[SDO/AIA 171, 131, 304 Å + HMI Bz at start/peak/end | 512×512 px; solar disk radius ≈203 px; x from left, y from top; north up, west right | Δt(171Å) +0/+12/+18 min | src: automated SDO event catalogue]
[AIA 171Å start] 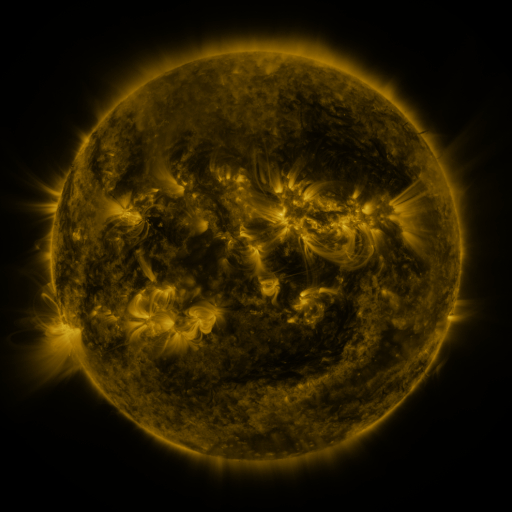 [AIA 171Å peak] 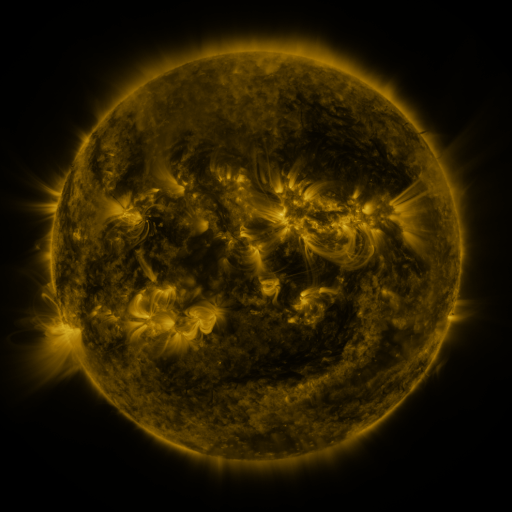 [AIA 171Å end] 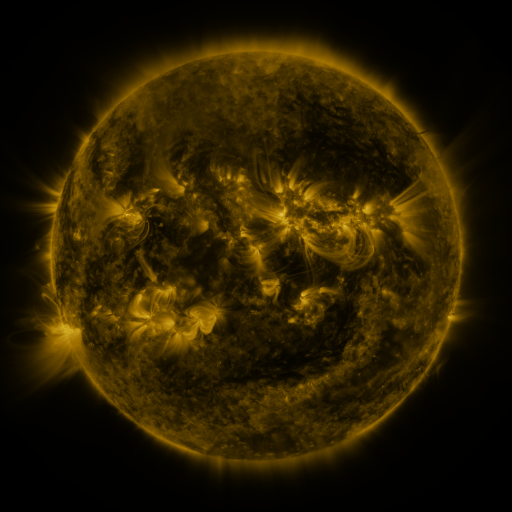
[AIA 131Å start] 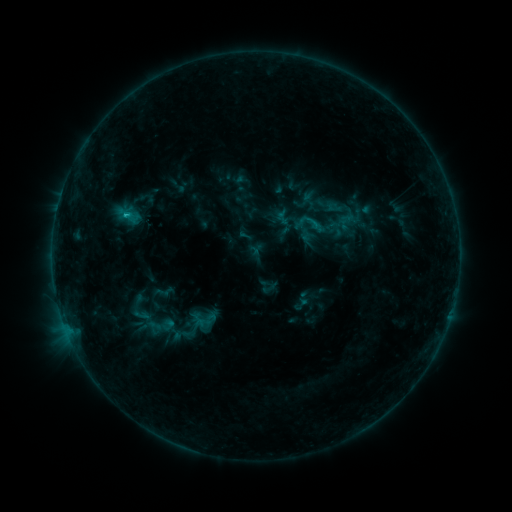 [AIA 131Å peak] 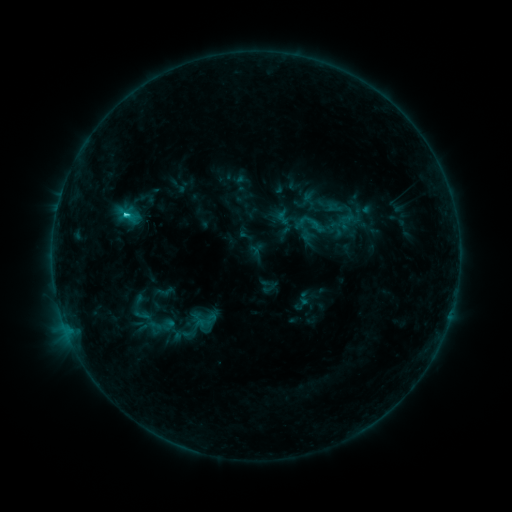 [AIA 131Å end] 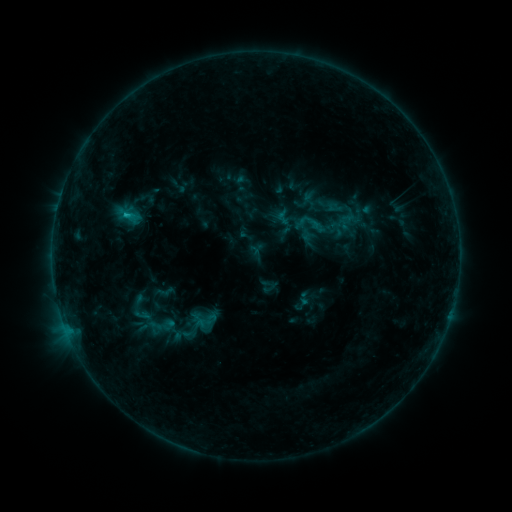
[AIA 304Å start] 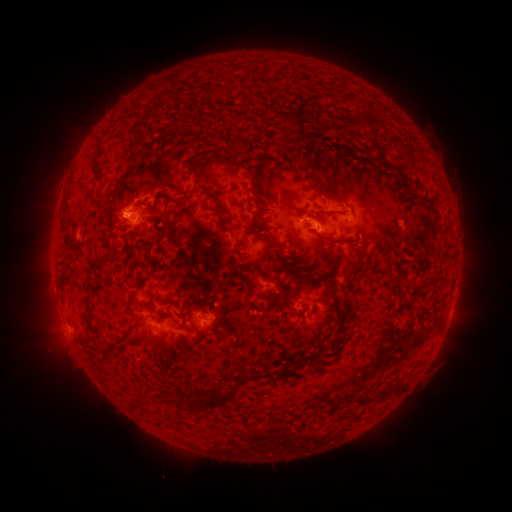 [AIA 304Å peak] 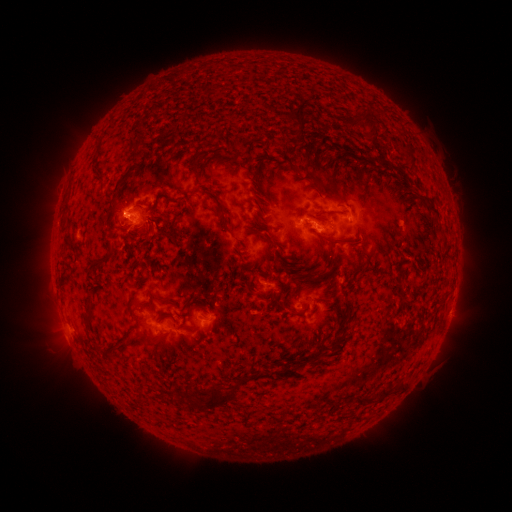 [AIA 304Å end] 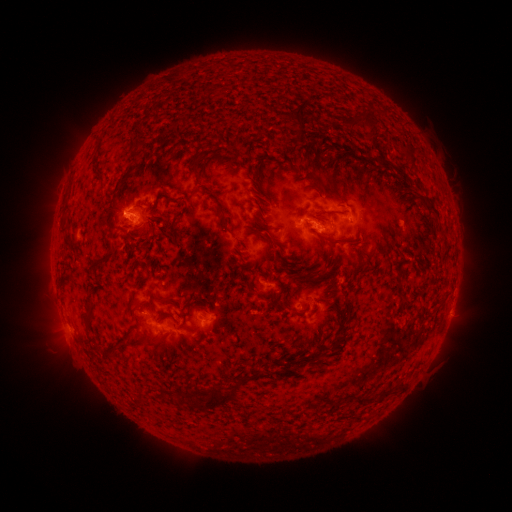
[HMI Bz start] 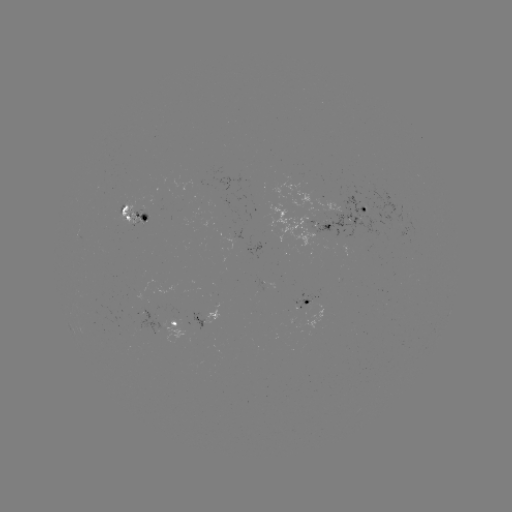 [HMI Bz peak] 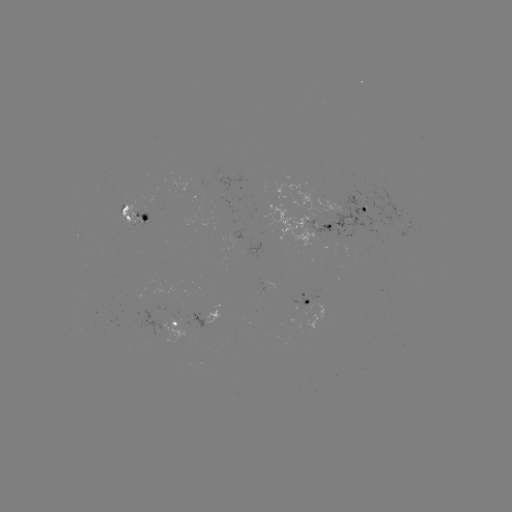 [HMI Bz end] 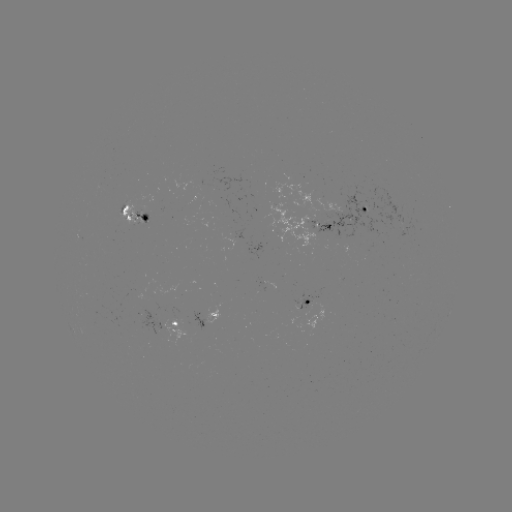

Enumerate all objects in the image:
C1.3 flare: (128, 215)
